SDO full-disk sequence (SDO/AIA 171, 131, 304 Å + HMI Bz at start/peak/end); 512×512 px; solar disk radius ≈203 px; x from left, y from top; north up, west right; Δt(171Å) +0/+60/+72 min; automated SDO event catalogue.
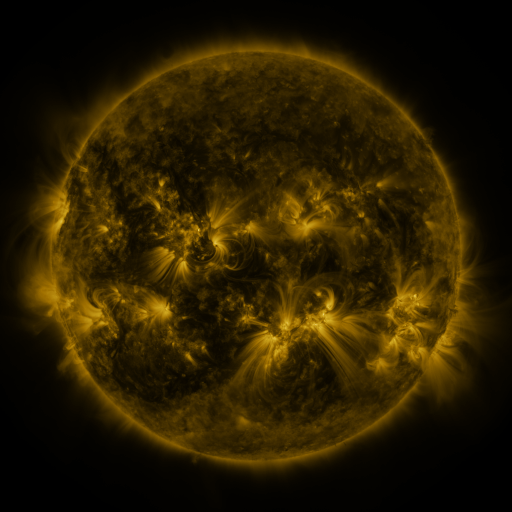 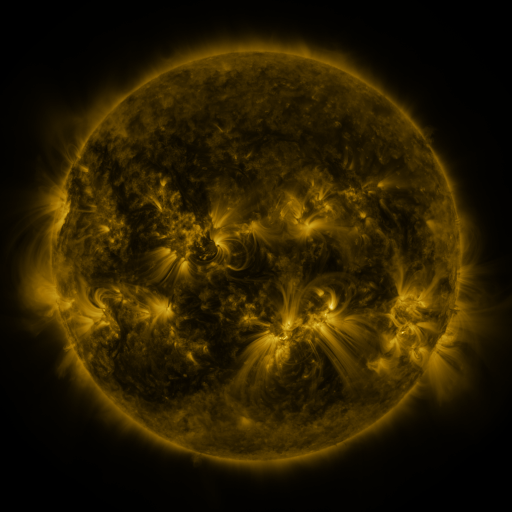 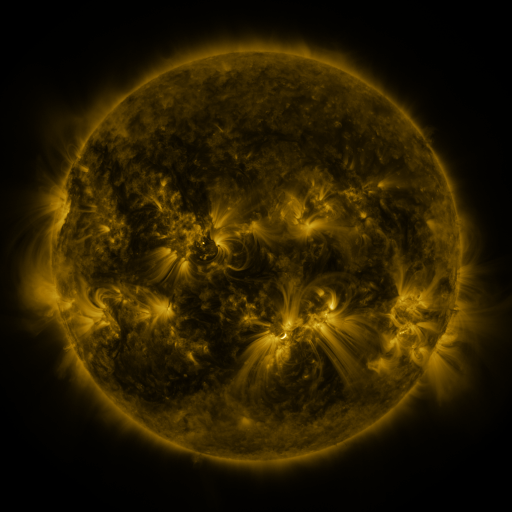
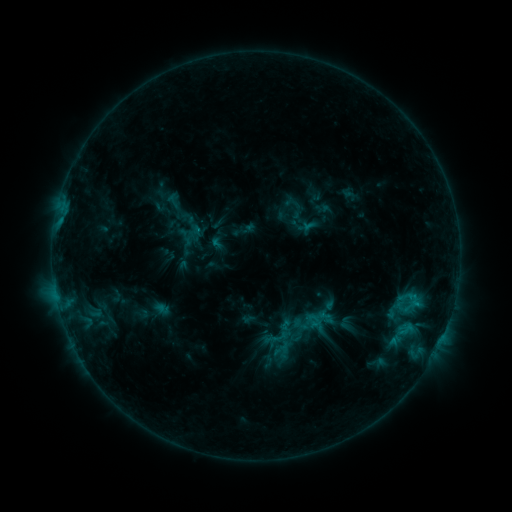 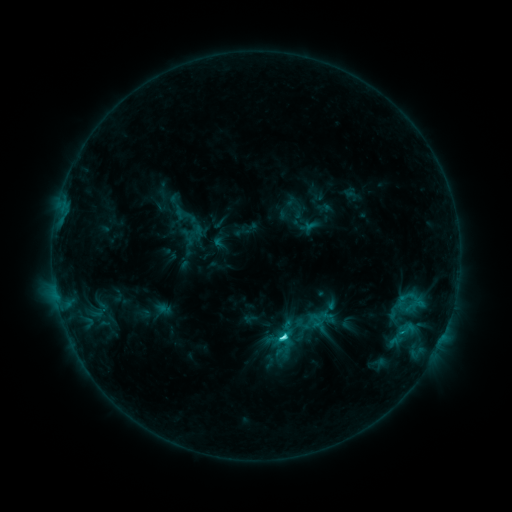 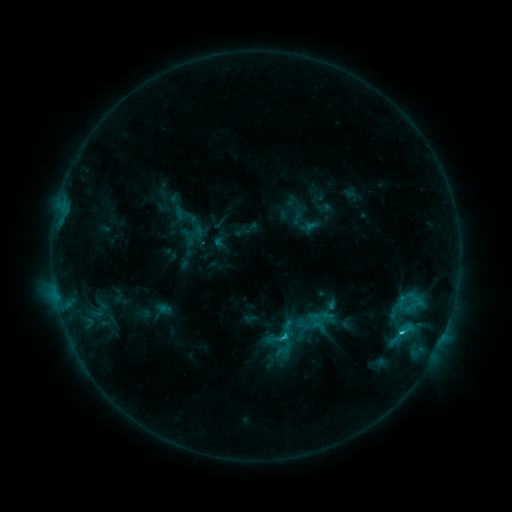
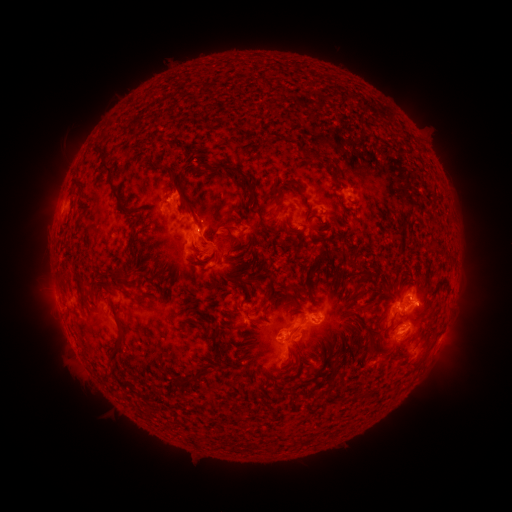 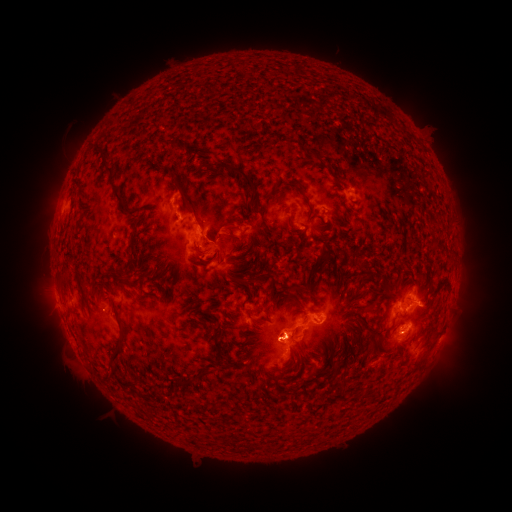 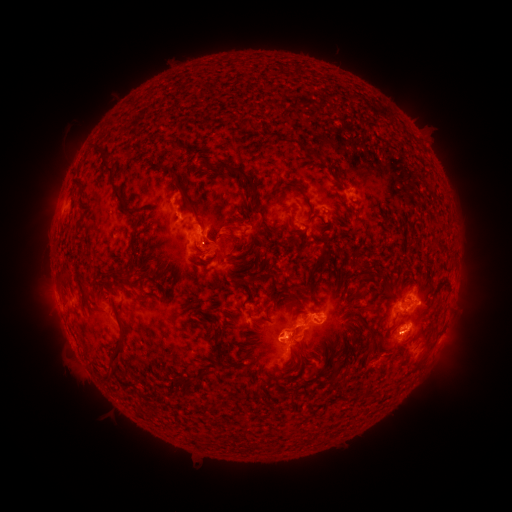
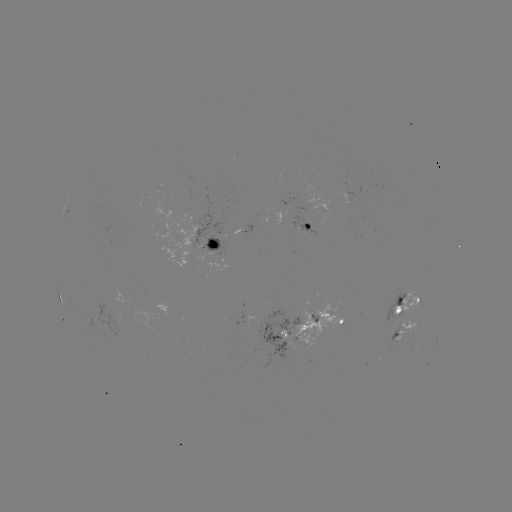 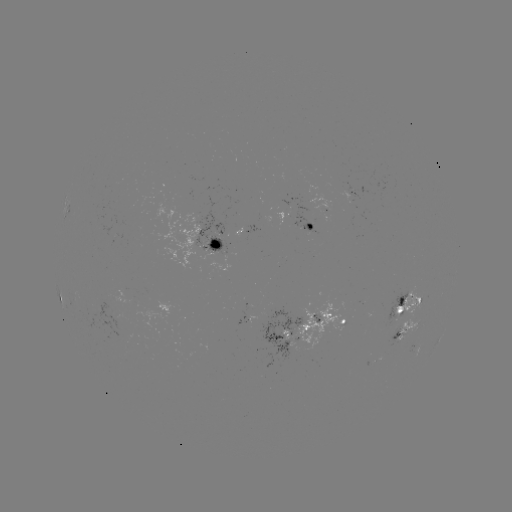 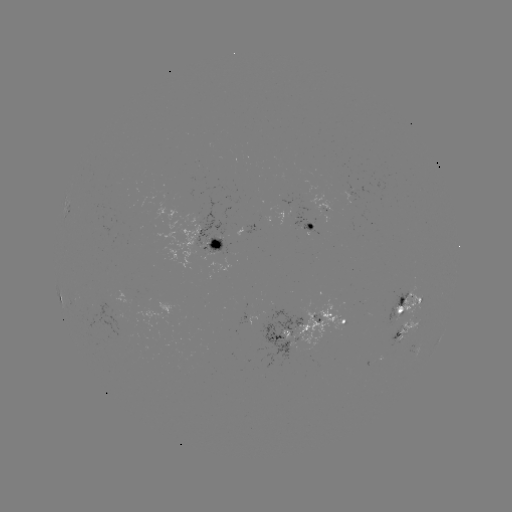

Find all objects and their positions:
emerging-flux region: (211, 246)
